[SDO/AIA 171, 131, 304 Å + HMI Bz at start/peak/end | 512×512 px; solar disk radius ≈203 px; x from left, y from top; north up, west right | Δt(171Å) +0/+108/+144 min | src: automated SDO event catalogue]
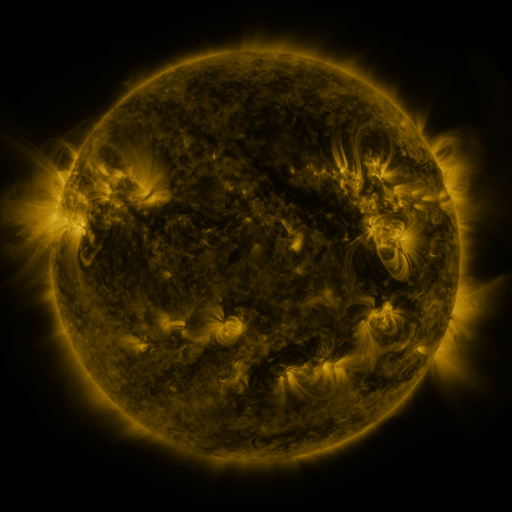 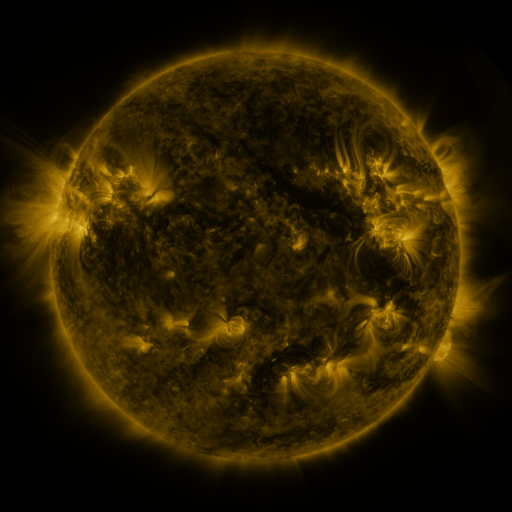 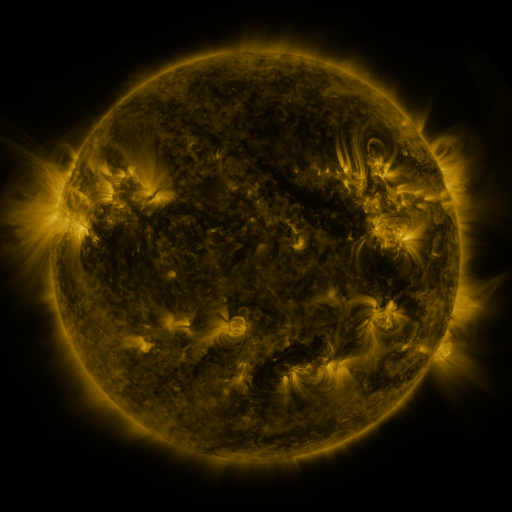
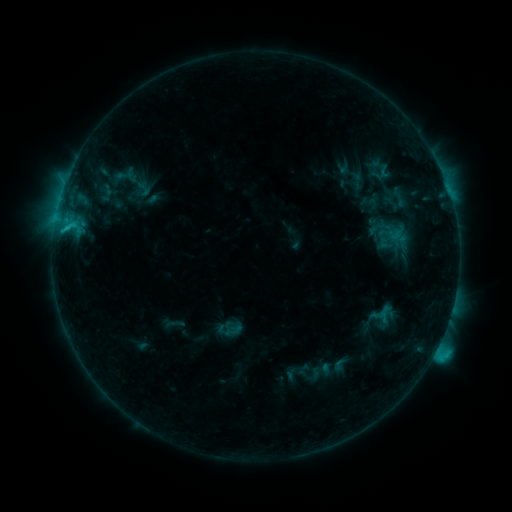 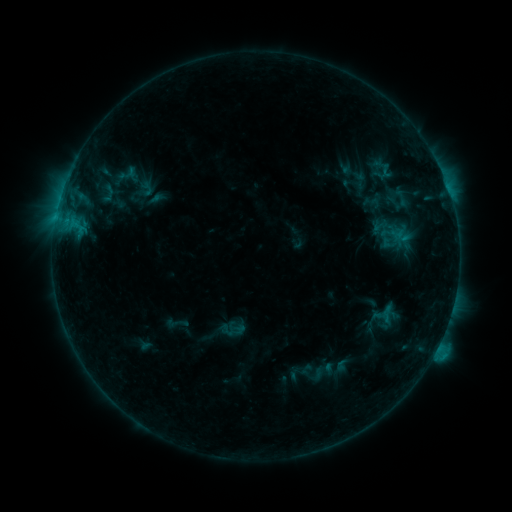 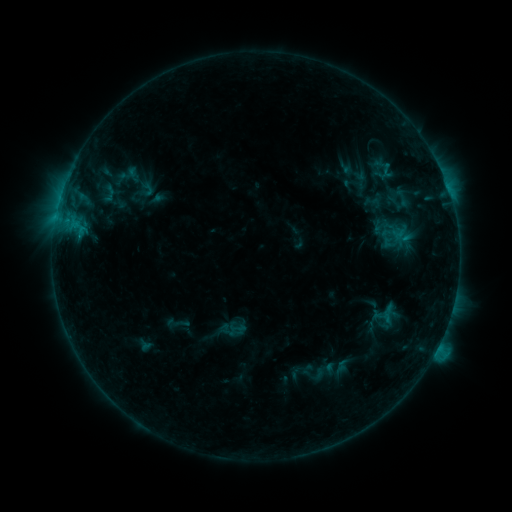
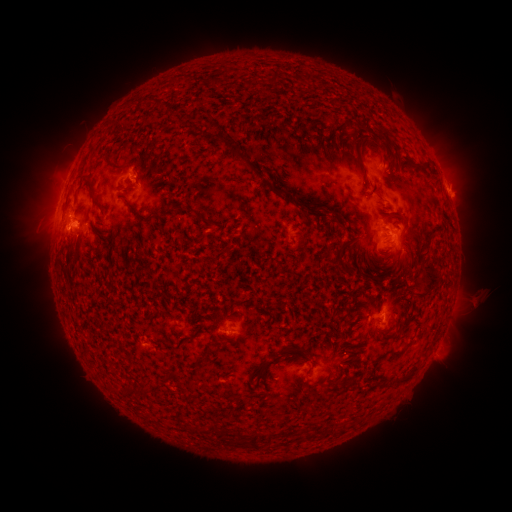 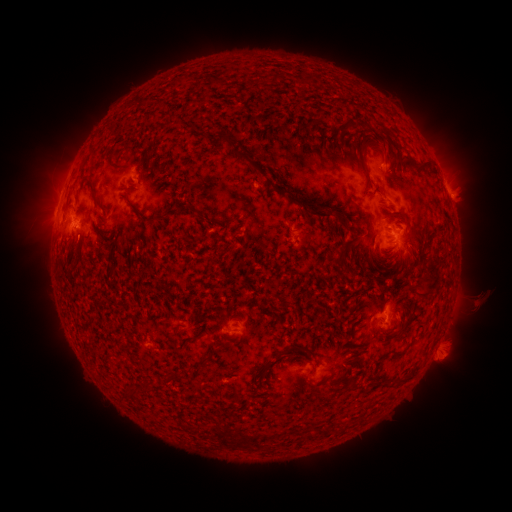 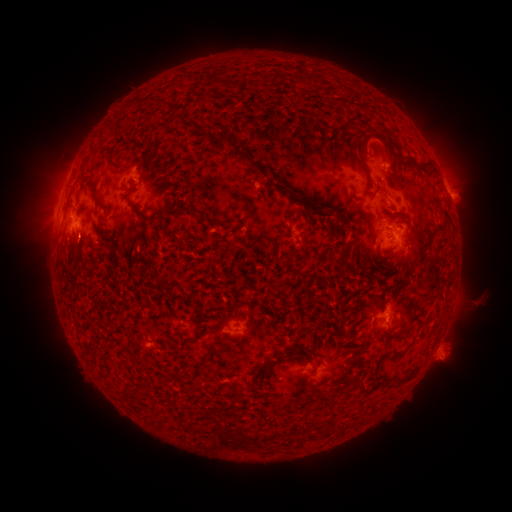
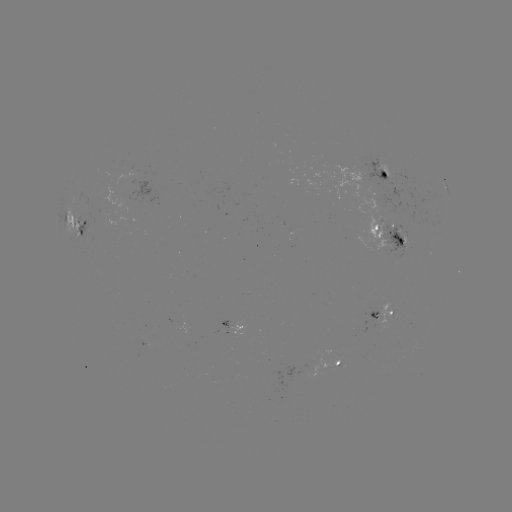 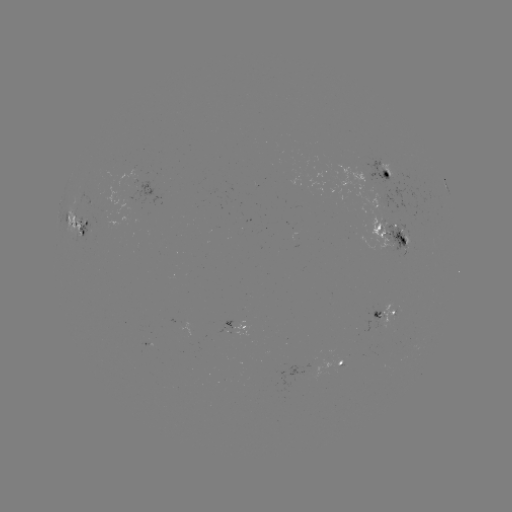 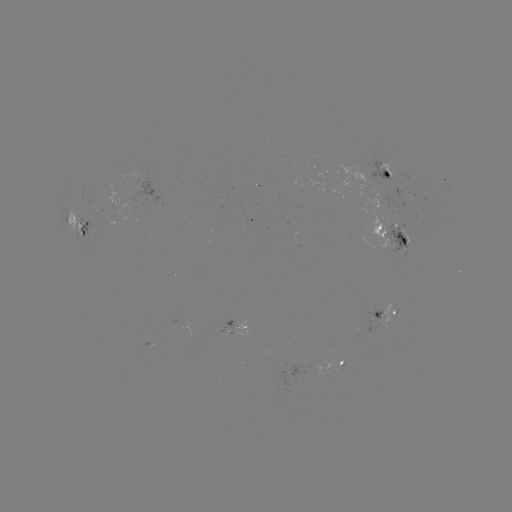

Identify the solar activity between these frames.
emerging-flux region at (381, 176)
